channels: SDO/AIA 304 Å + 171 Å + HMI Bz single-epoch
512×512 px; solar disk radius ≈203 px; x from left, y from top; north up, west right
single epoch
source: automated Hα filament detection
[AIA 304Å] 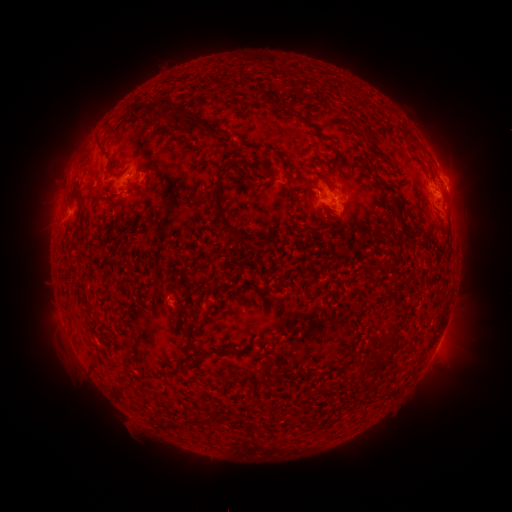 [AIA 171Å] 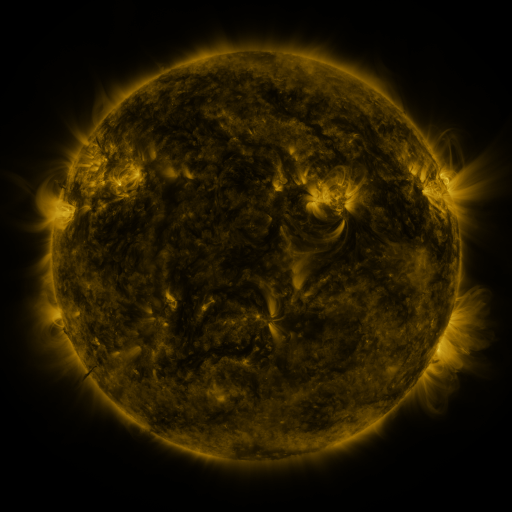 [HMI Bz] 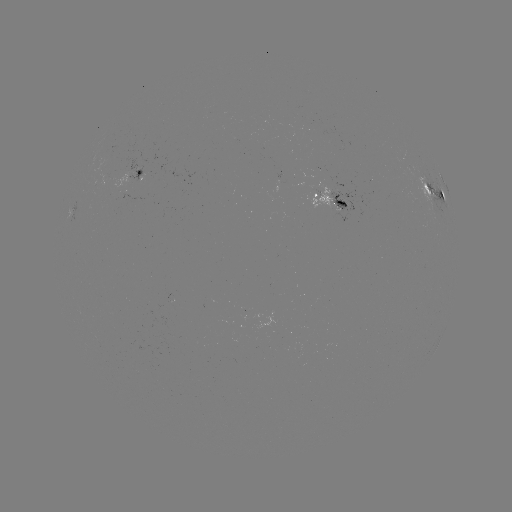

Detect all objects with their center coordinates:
filament: (129, 98, 220, 139)
filament: (280, 109, 291, 119)
filament: (297, 114, 330, 141)
filament: (94, 137, 107, 155)
filament: (331, 141, 342, 158)
filament: (266, 145, 289, 178)
filament: (211, 157, 242, 241)
filament: (108, 171, 119, 179)
filament: (72, 182, 80, 196)
filament: (381, 185, 398, 196)
filament: (336, 200, 348, 208)
filament: (296, 205, 305, 219)
filament: (294, 221, 323, 233)
filament: (401, 221, 412, 232)
filament: (384, 333, 399, 345)
filament: (205, 344, 231, 355)
filament: (377, 354, 390, 366)
filament: (187, 414, 210, 426)
filament: (168, 419, 182, 428)
